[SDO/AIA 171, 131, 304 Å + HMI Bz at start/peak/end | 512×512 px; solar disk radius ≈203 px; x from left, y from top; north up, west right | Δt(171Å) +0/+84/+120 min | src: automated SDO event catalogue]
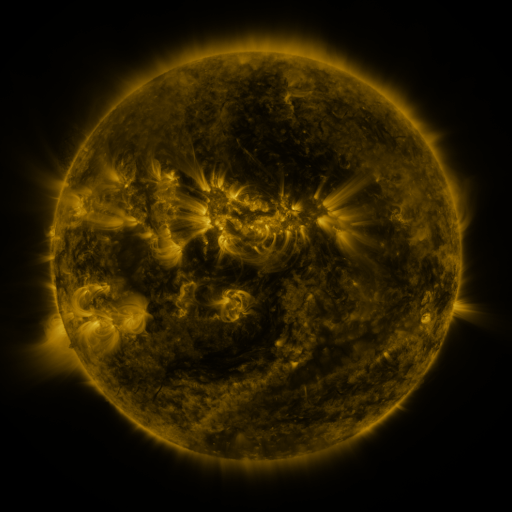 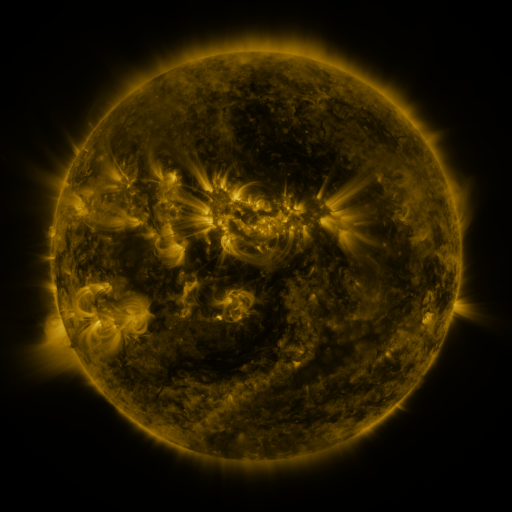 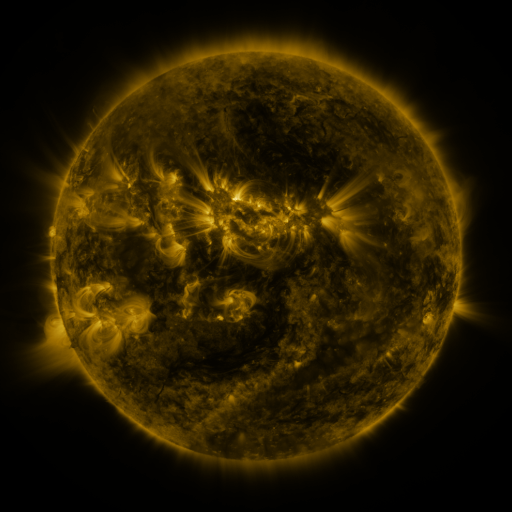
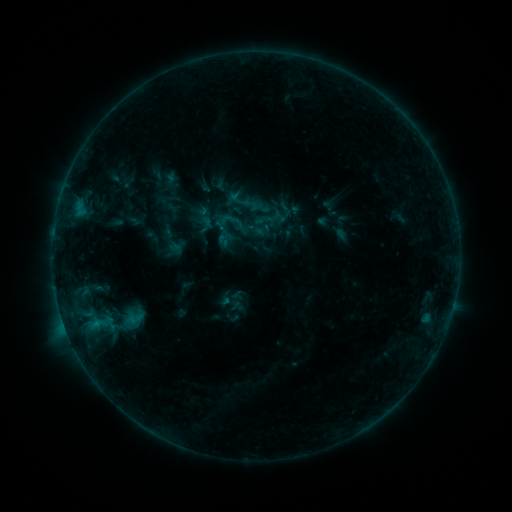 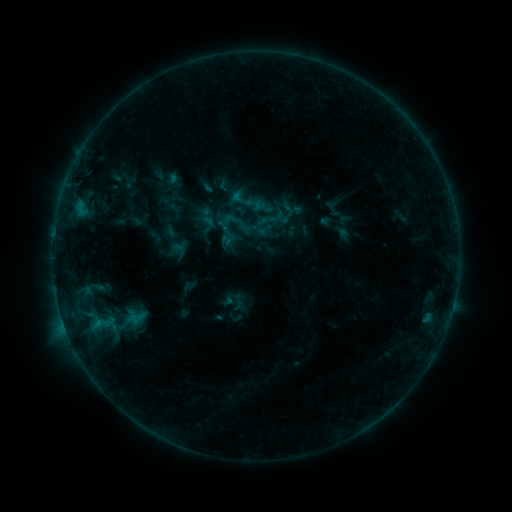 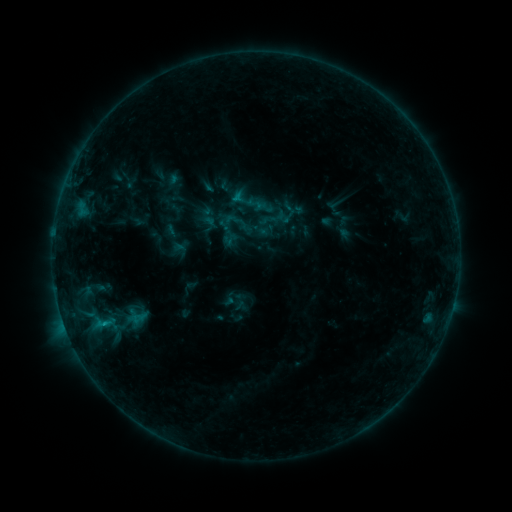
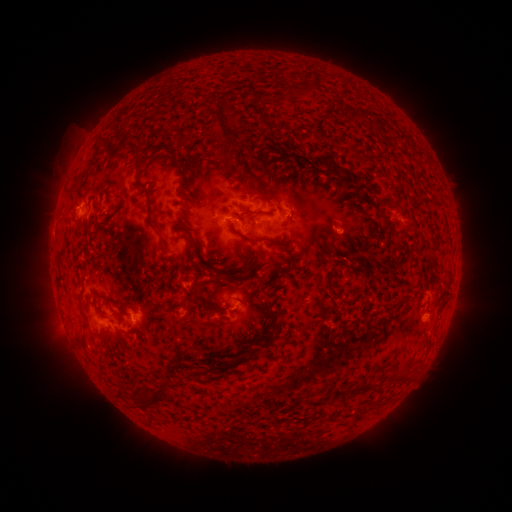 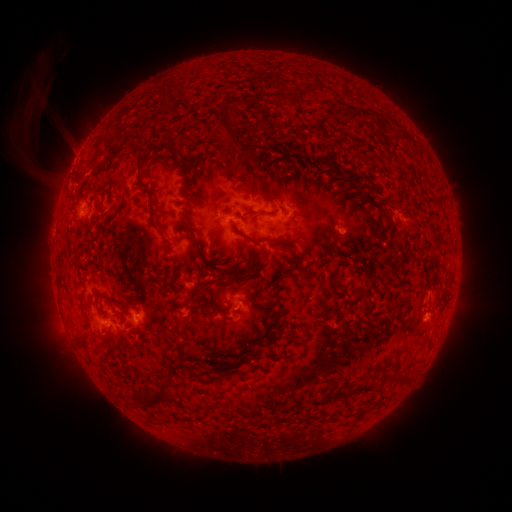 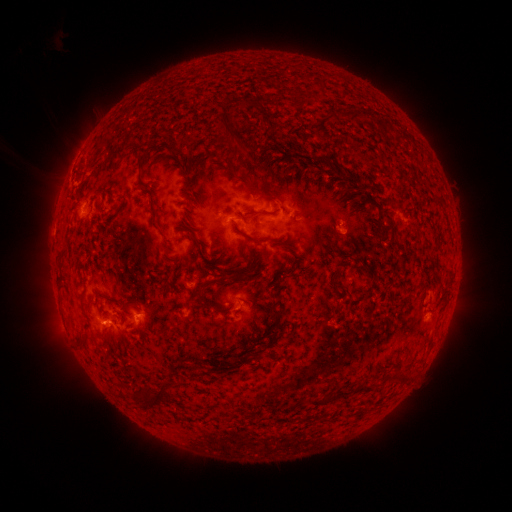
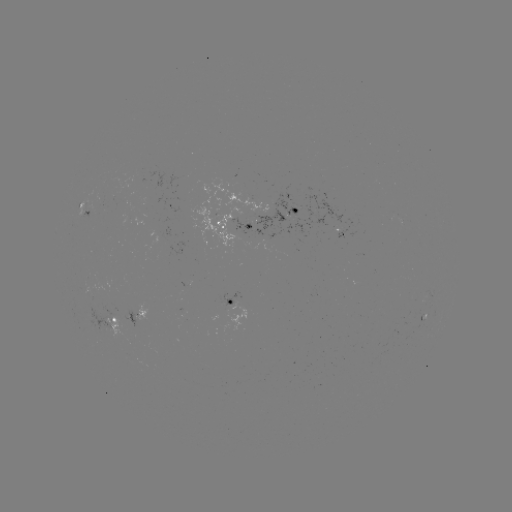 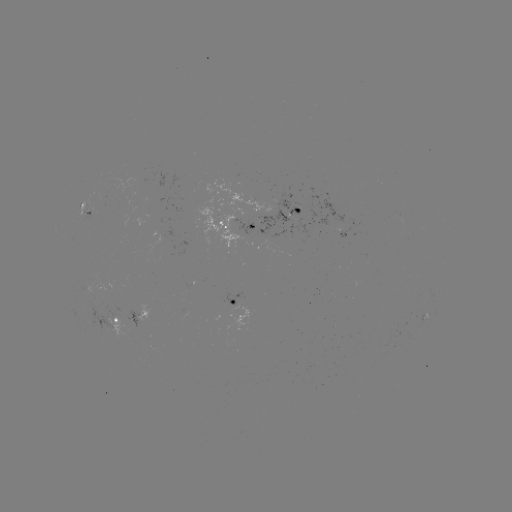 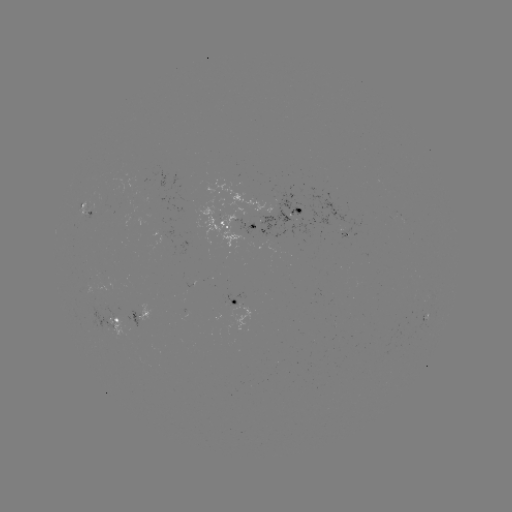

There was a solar emerging-flux region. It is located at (229, 301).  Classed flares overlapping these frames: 1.